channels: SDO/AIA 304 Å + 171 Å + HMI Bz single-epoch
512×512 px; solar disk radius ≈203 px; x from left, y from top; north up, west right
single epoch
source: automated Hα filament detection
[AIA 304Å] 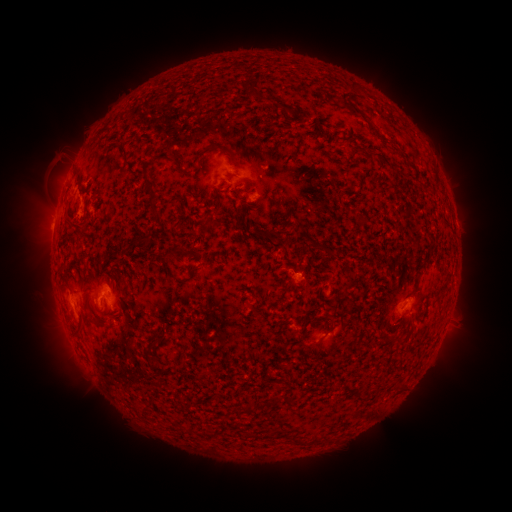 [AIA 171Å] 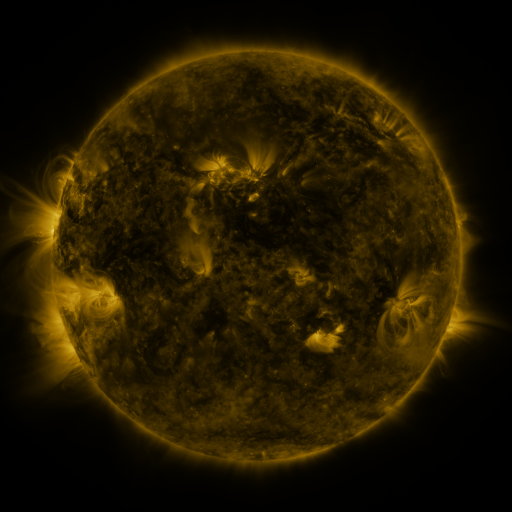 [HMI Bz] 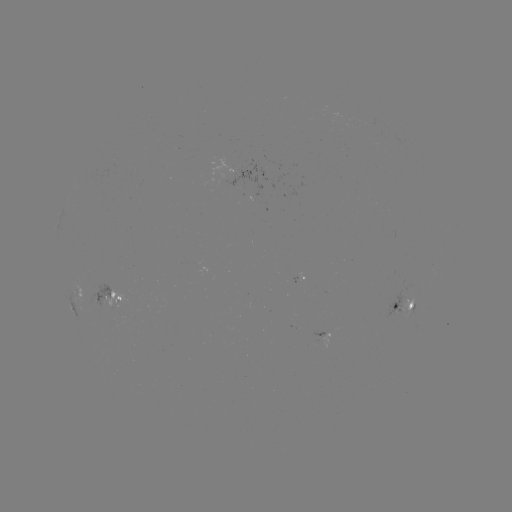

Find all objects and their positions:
filament: (271, 99)
filament: (358, 112)
filament: (123, 147)
filament: (211, 147)
filament: (131, 165)
filament: (150, 185)
filament: (363, 220)
filament: (71, 221)
filament: (257, 232)
filament: (147, 239)
filament: (330, 253)
filament: (329, 320)
filament: (99, 323)
filament: (398, 388)
filament: (273, 401)
filament: (294, 440)
